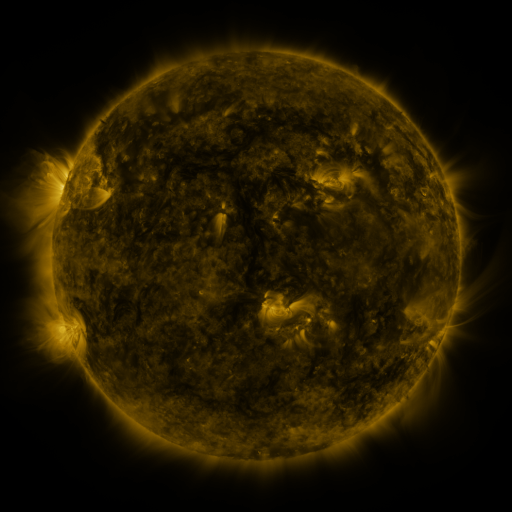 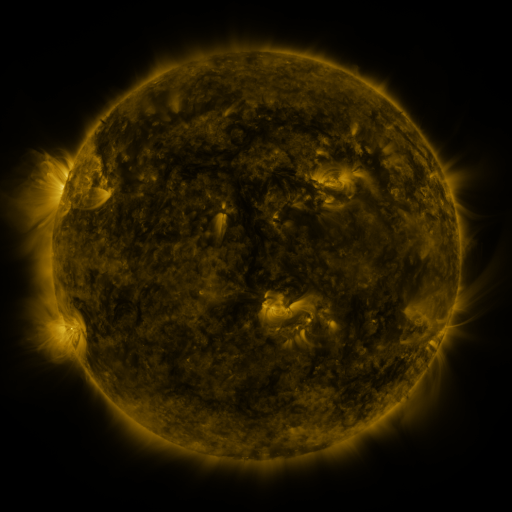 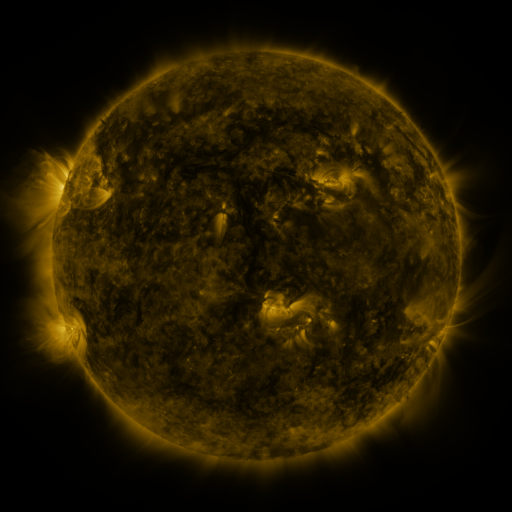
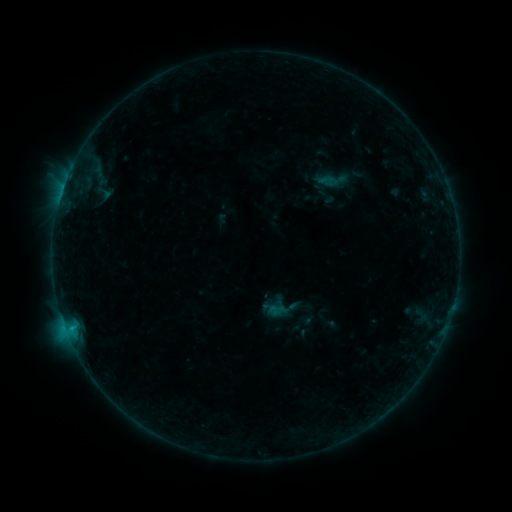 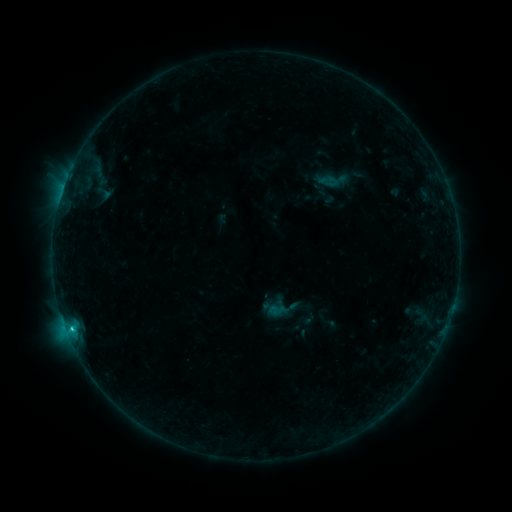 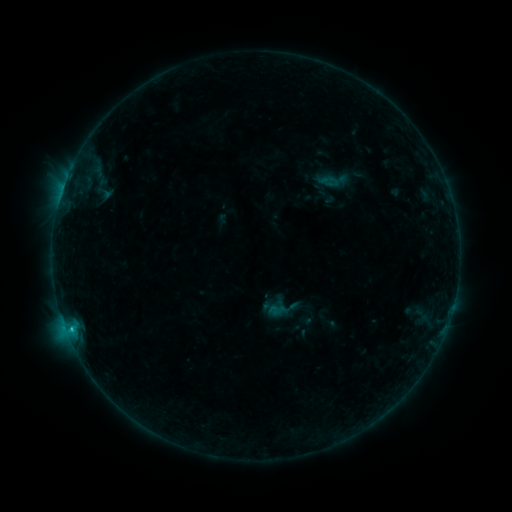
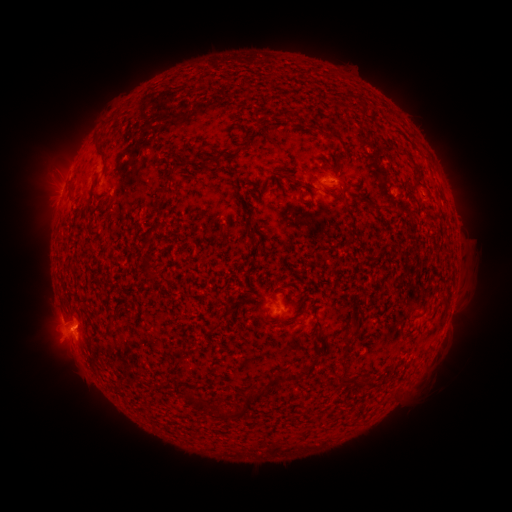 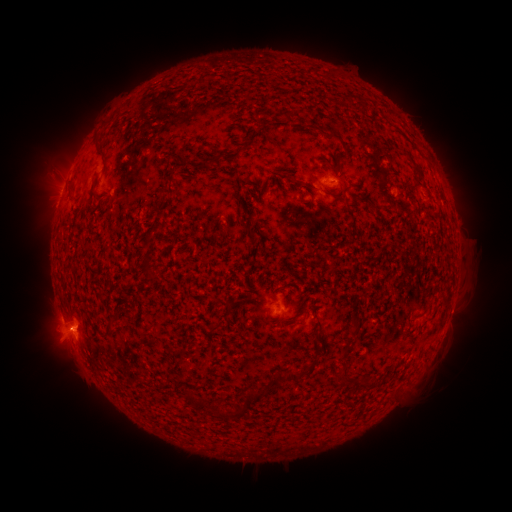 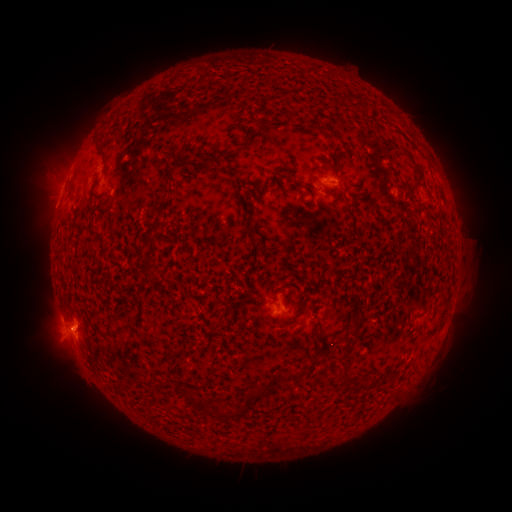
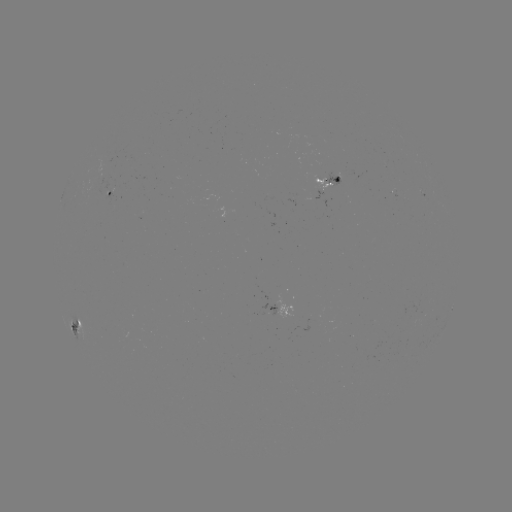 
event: flare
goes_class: C1.2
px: (72, 327)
